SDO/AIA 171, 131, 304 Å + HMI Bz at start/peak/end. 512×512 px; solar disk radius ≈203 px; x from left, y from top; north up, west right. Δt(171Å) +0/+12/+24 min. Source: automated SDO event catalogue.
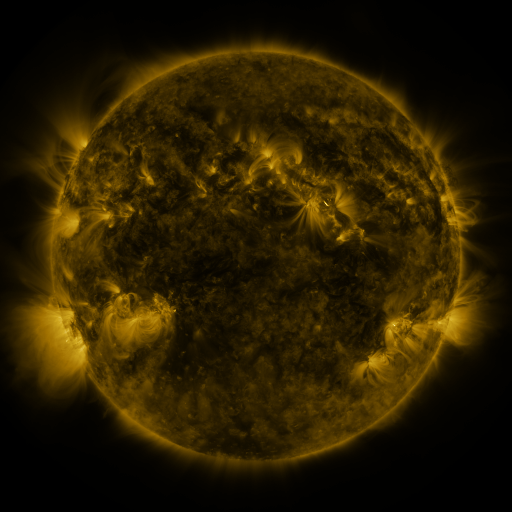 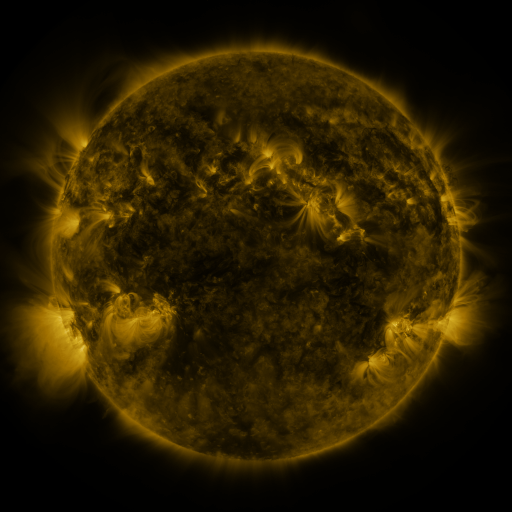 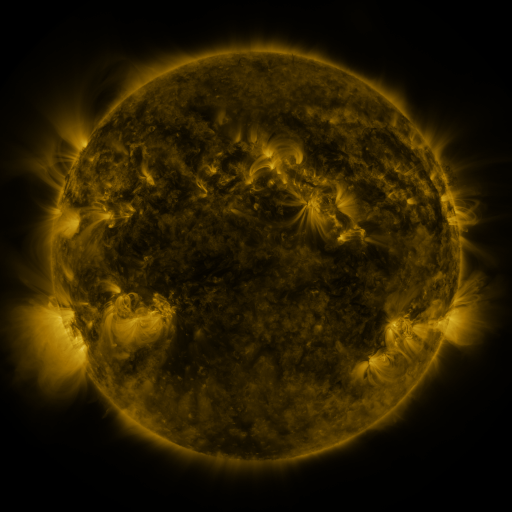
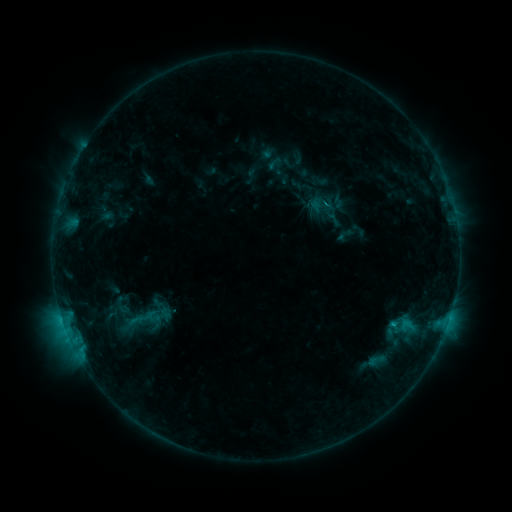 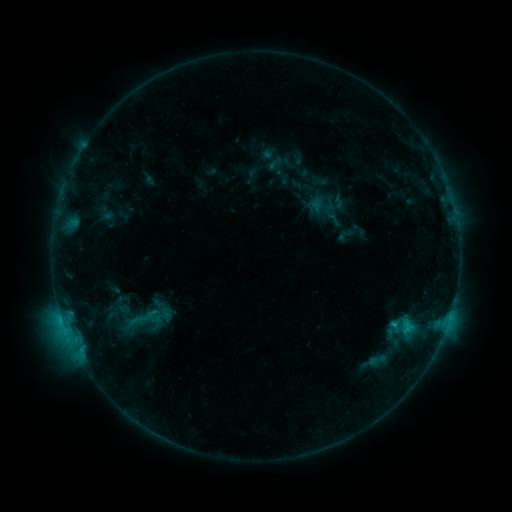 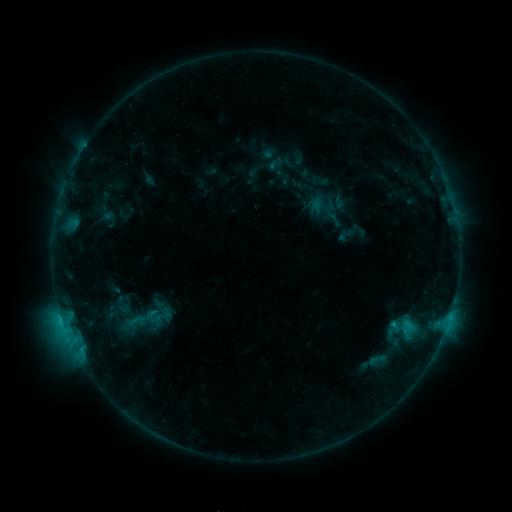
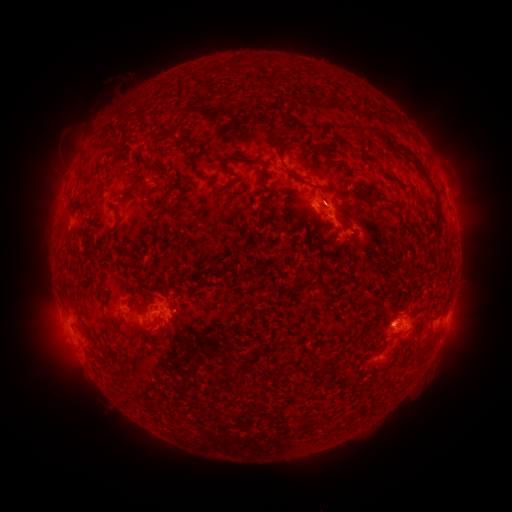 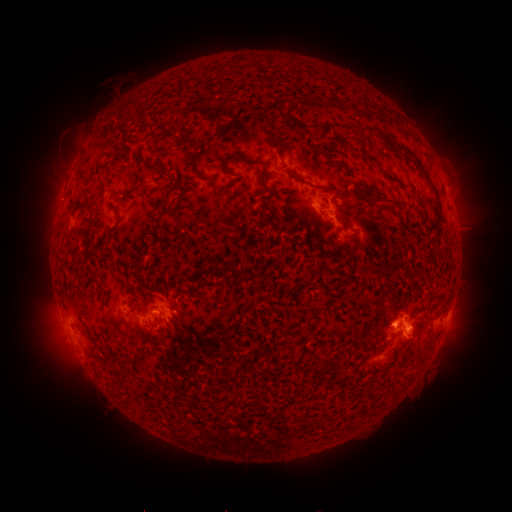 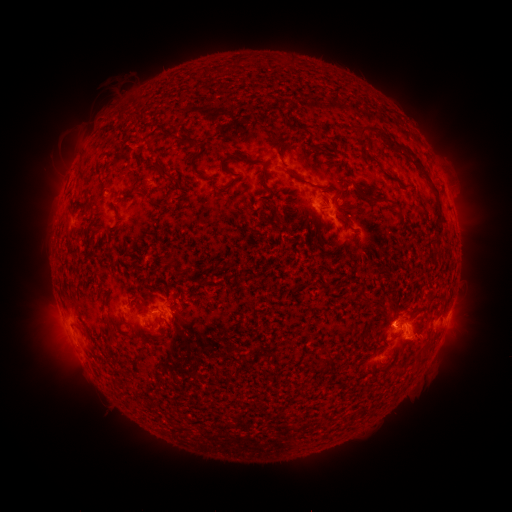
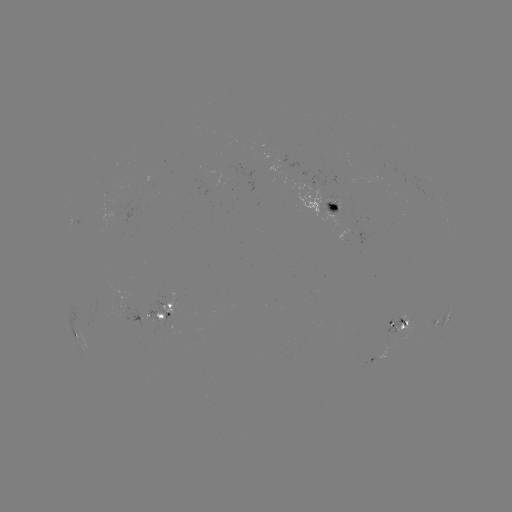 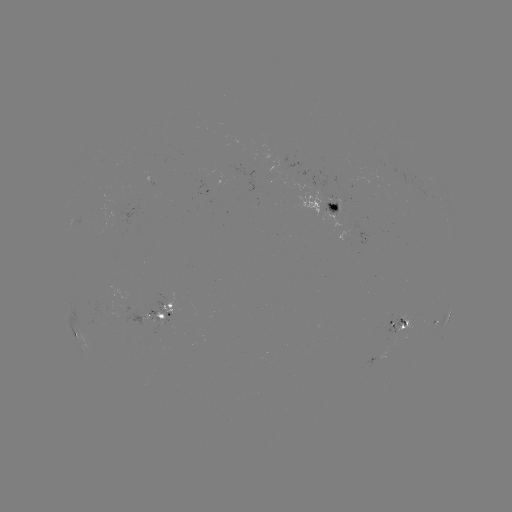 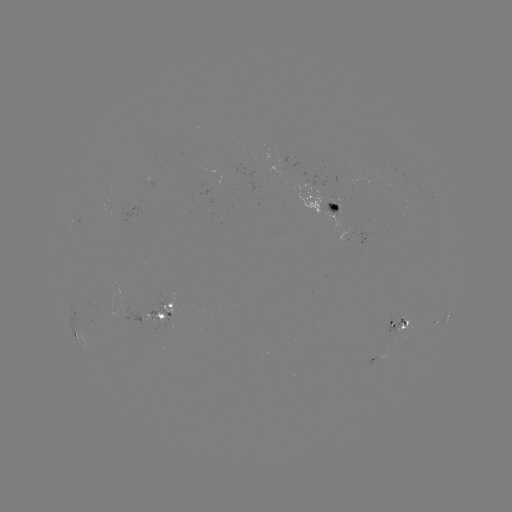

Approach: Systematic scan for eruption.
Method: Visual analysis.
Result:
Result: eruption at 419,338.